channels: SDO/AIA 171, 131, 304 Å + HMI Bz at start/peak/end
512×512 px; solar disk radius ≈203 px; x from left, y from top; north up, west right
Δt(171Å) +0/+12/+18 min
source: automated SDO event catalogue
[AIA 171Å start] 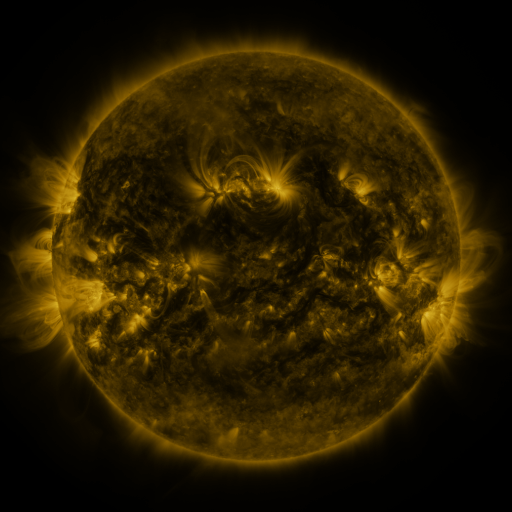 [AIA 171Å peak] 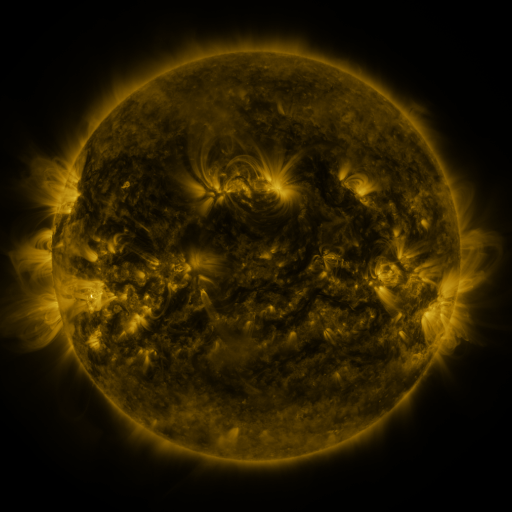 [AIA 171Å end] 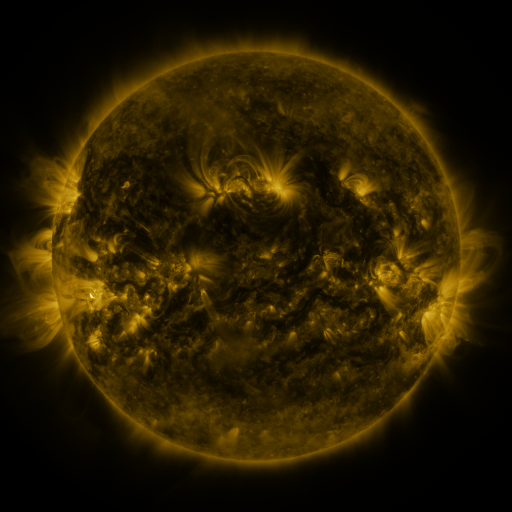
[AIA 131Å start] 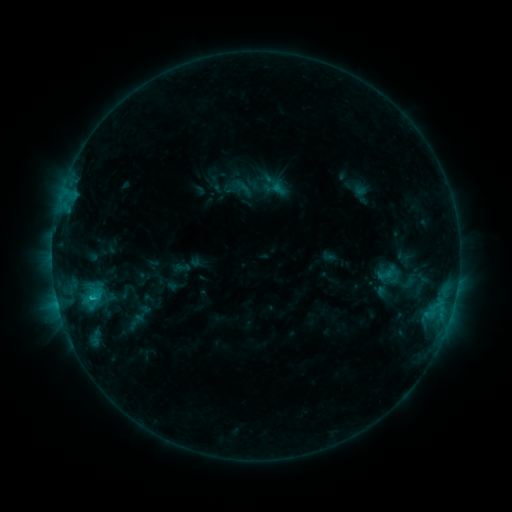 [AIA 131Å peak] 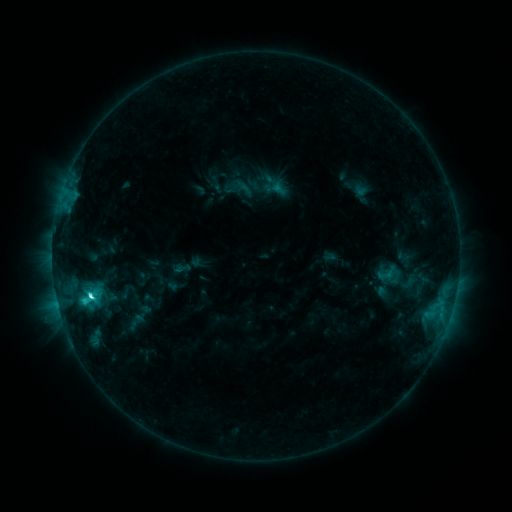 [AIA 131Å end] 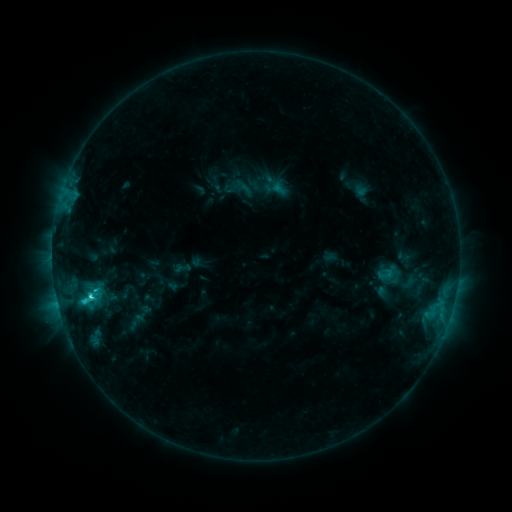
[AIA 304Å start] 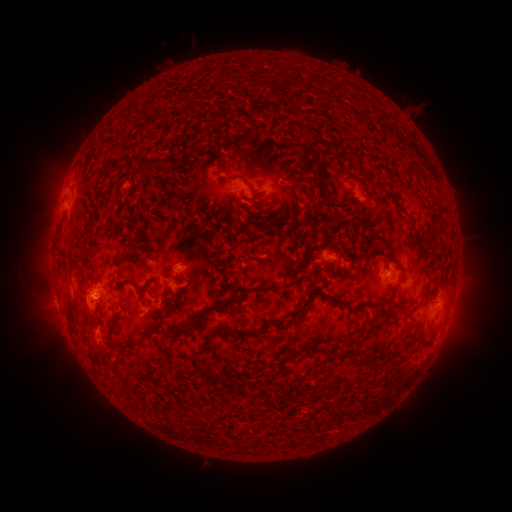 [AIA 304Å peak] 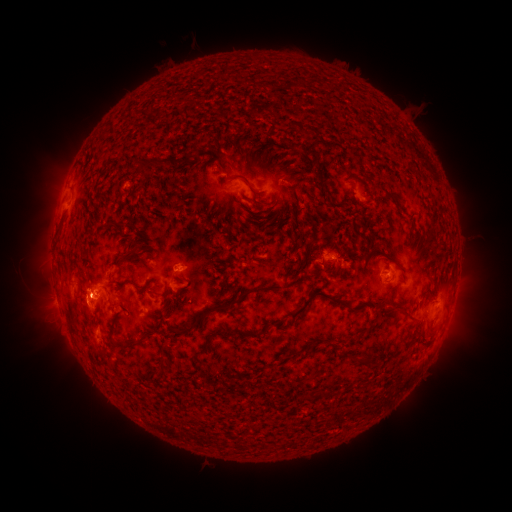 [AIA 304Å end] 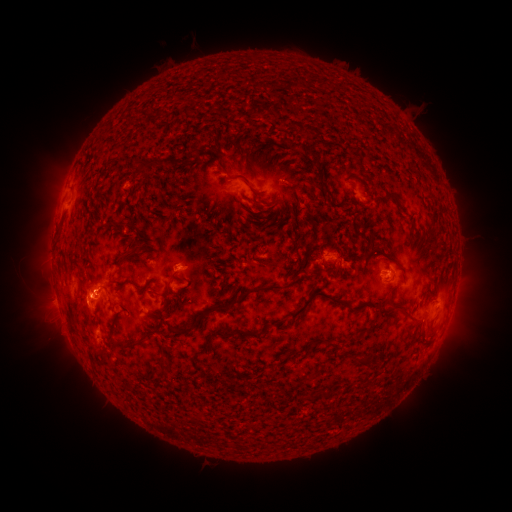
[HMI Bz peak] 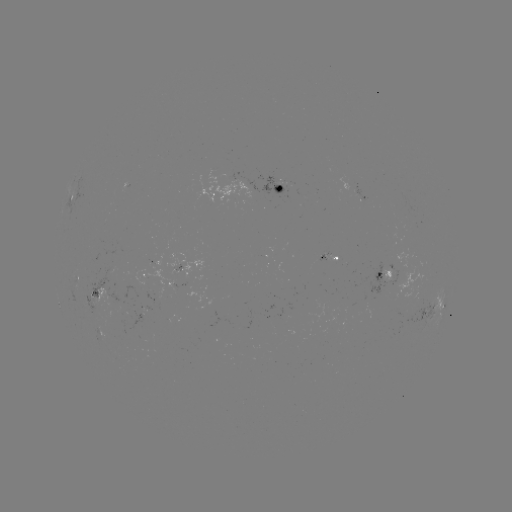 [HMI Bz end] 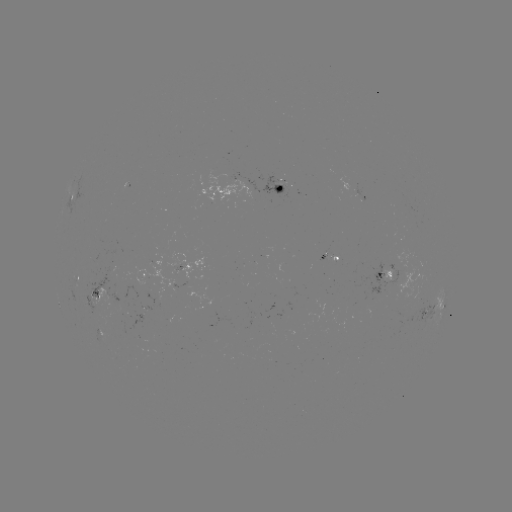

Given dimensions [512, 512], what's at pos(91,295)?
C4.7 flare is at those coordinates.